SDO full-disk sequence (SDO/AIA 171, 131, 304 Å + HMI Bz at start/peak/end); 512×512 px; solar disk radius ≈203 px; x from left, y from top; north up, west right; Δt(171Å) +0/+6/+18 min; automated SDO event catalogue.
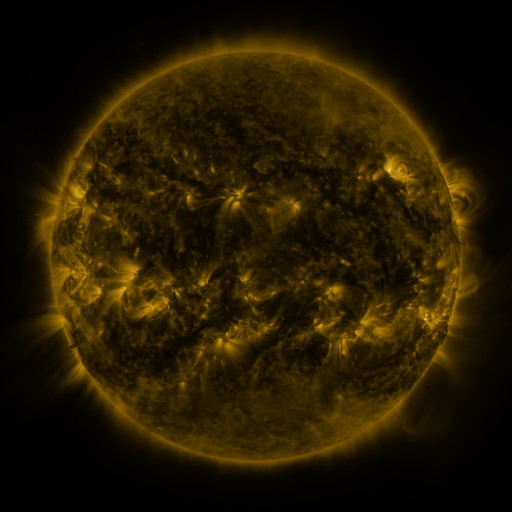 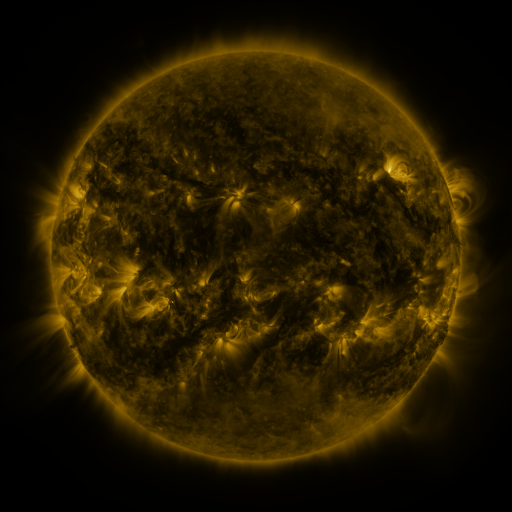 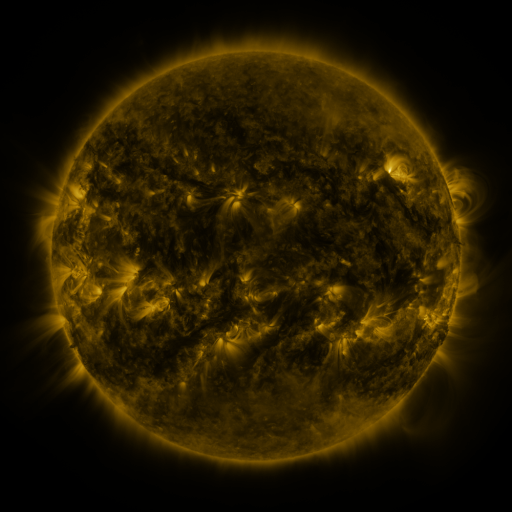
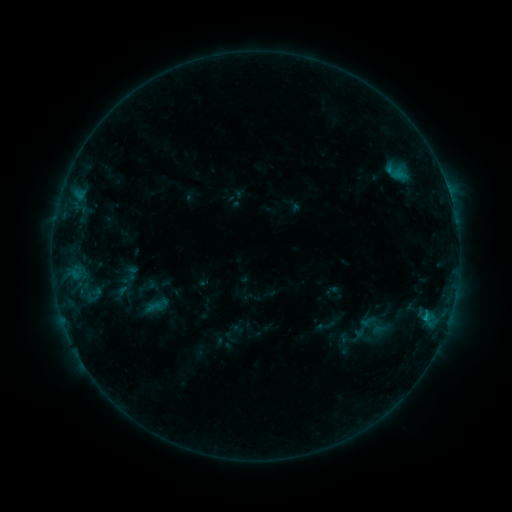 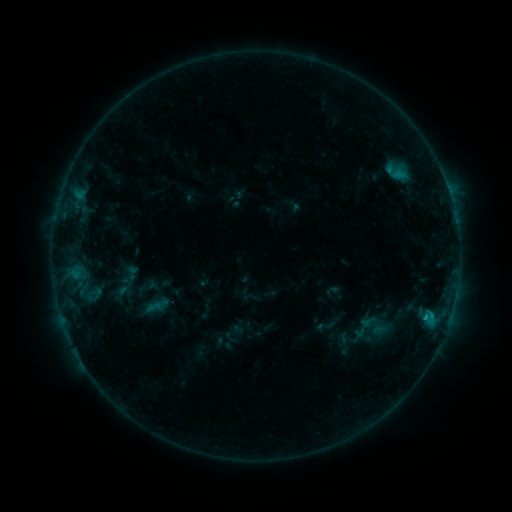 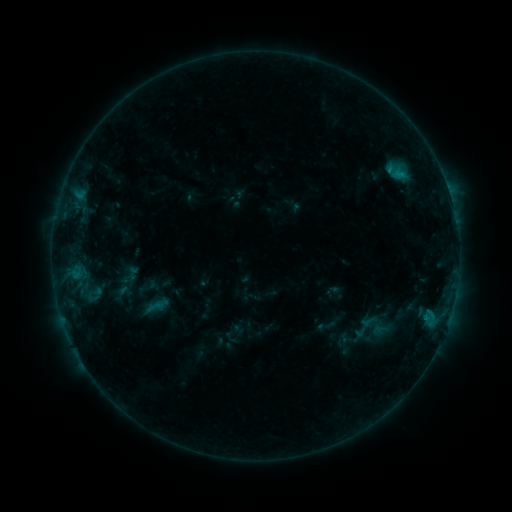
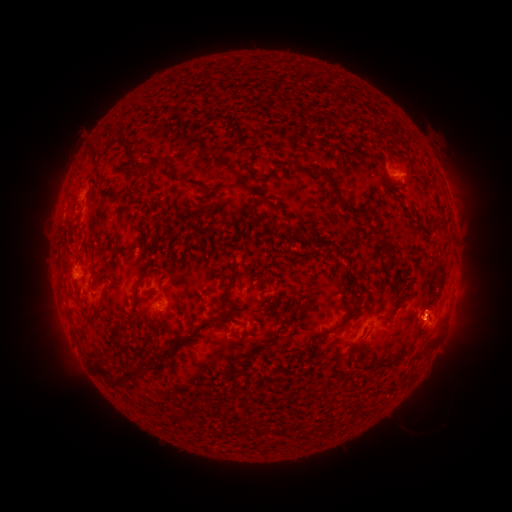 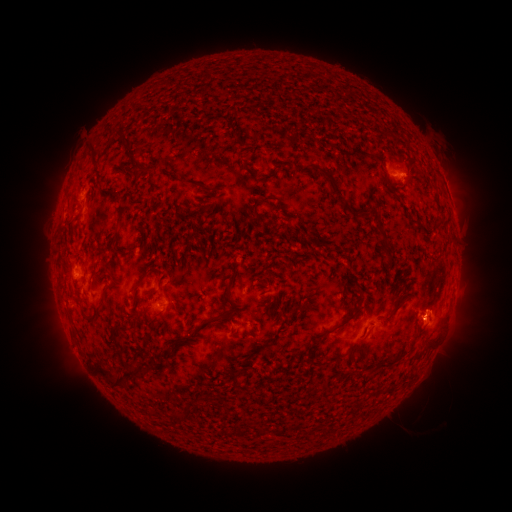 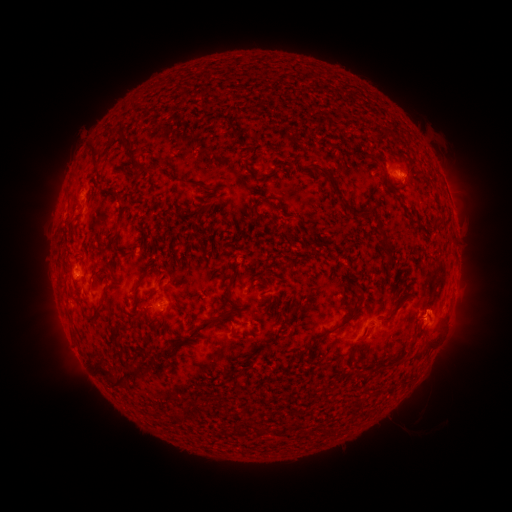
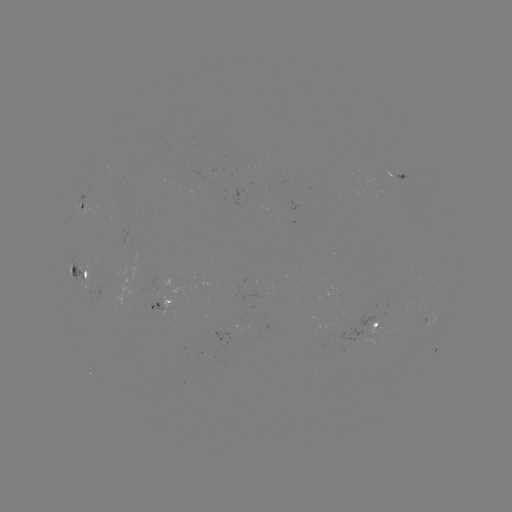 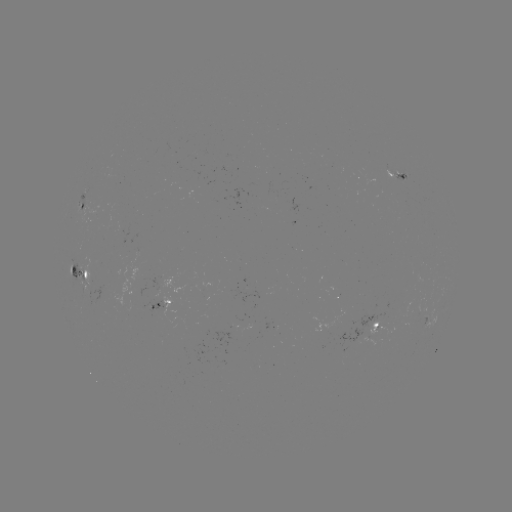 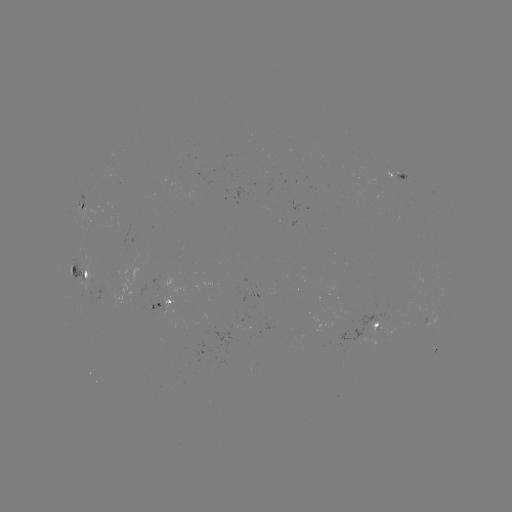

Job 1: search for B7.8 flare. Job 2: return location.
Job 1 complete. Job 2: [425, 315].